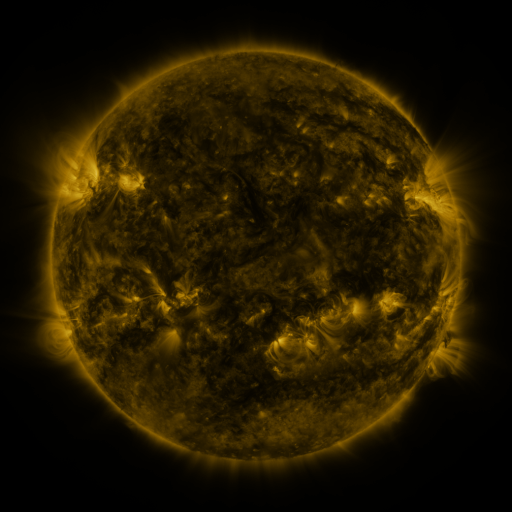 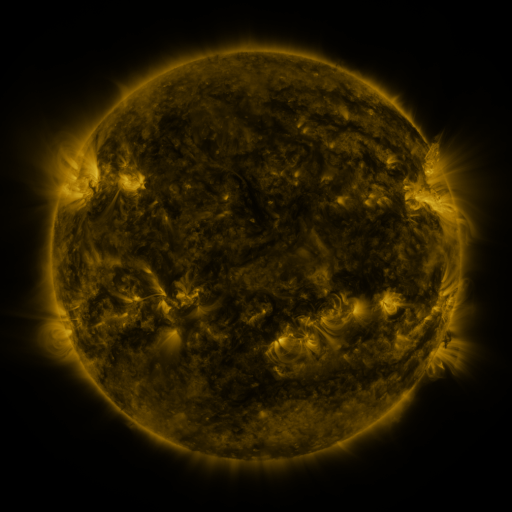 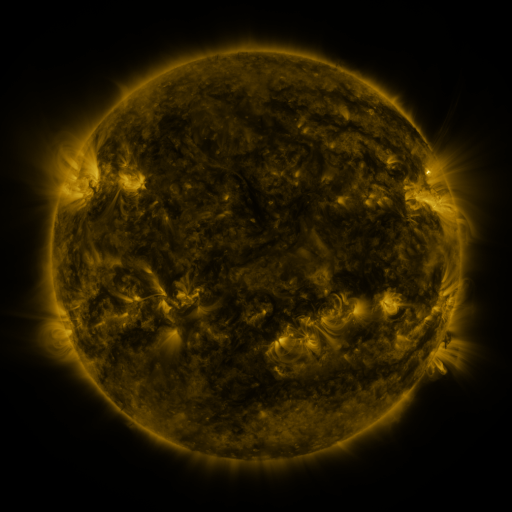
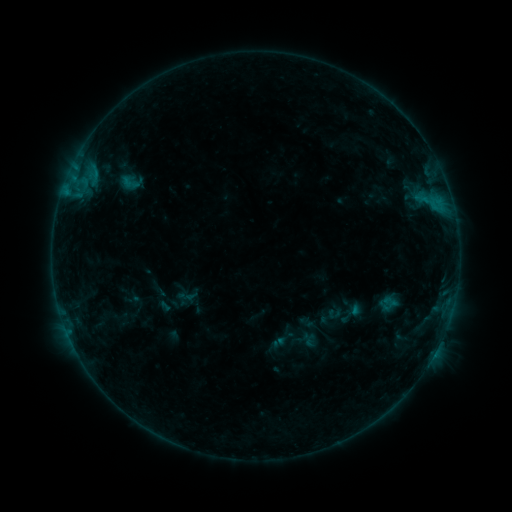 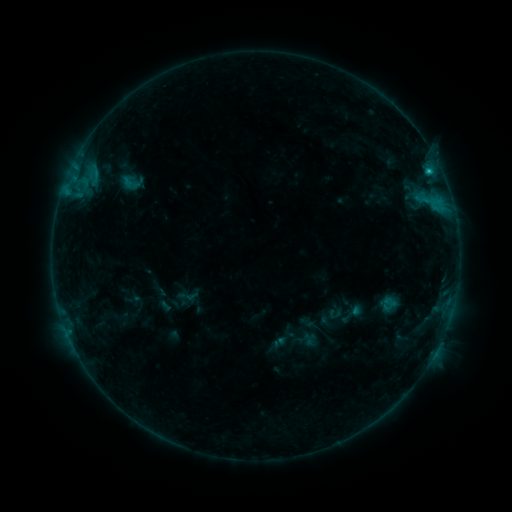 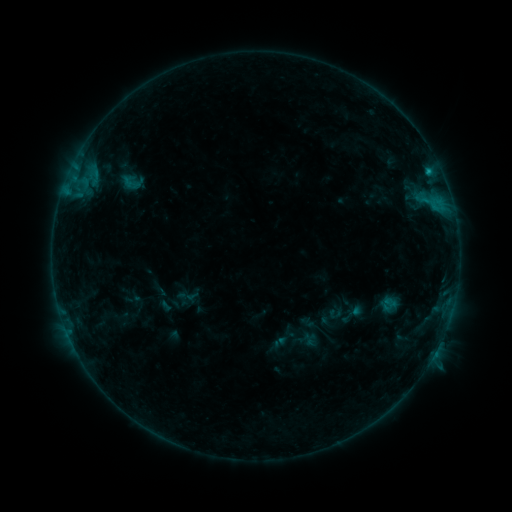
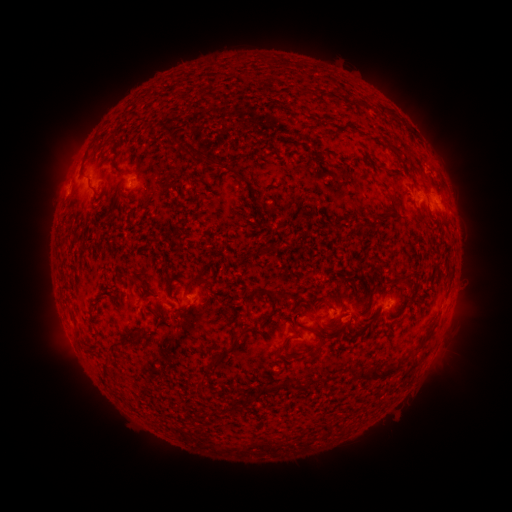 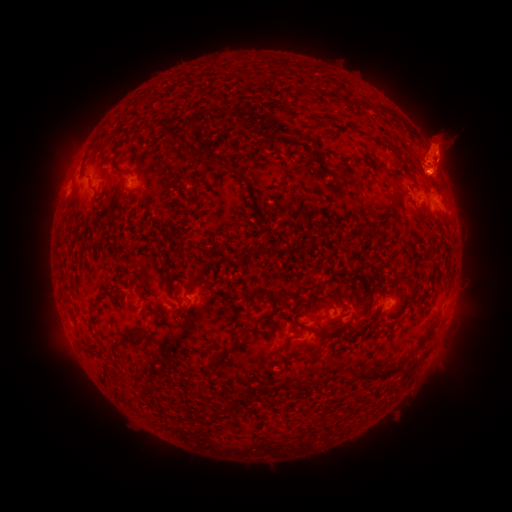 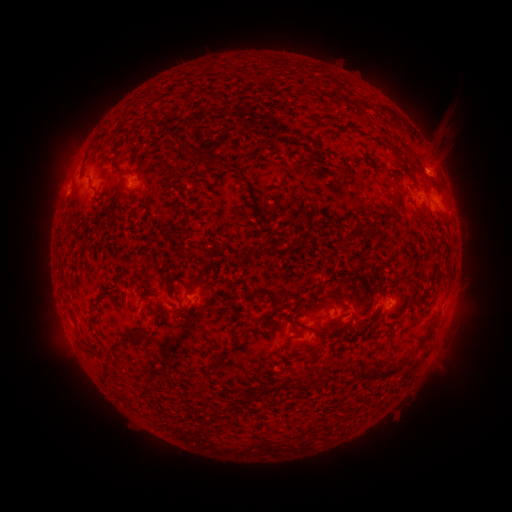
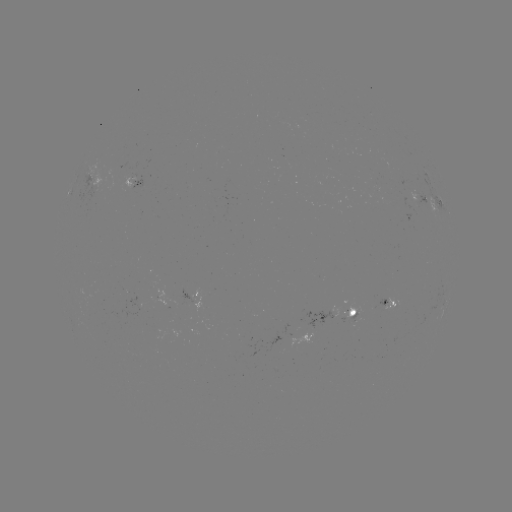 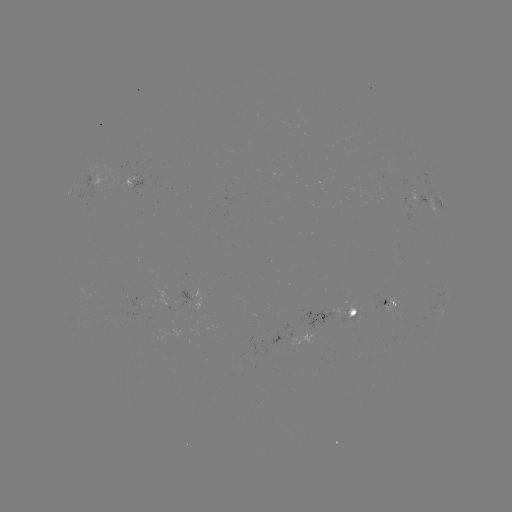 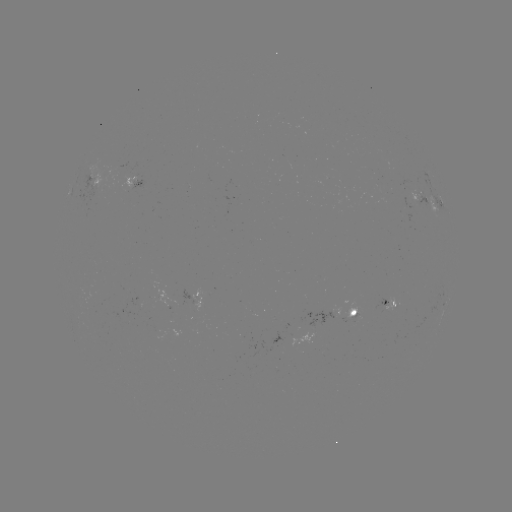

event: eruption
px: (439, 149)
